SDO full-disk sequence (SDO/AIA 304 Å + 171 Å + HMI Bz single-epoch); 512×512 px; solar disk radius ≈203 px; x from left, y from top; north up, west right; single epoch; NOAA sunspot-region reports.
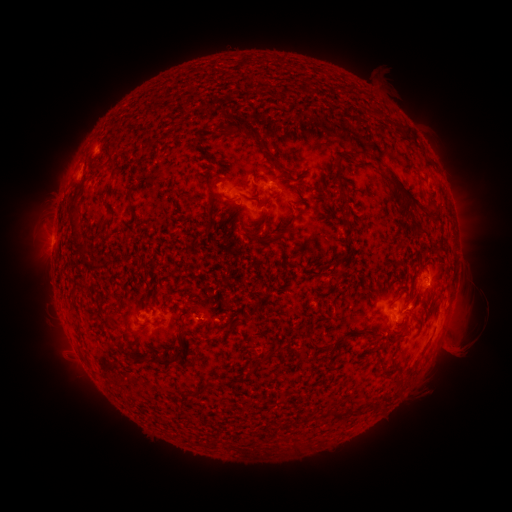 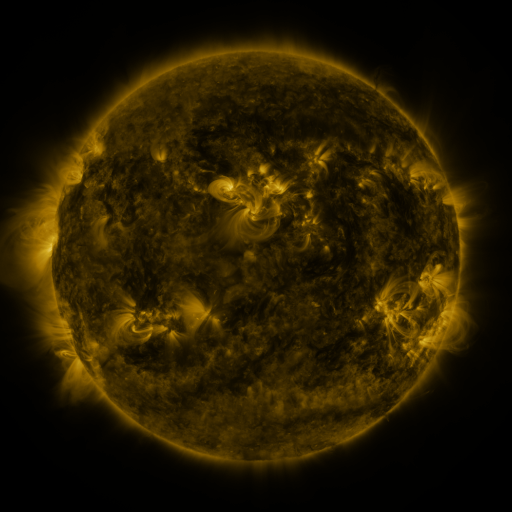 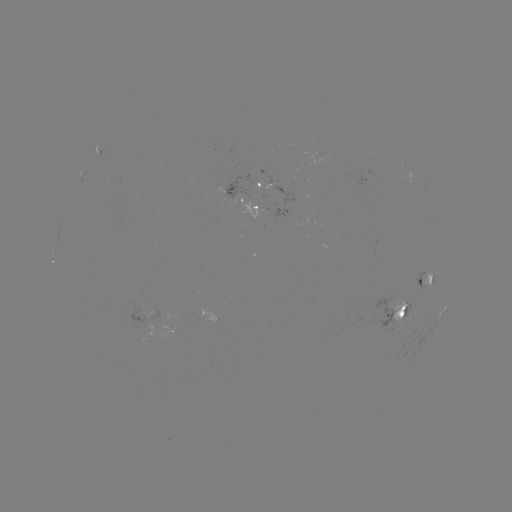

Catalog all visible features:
spotted active region: (283, 191)
spotted active region: (249, 202)
spotted active region: (441, 276)
spotted active region: (406, 311)
spotted active region: (445, 312)
spotted active region: (154, 316)
spotted active region: (229, 318)
